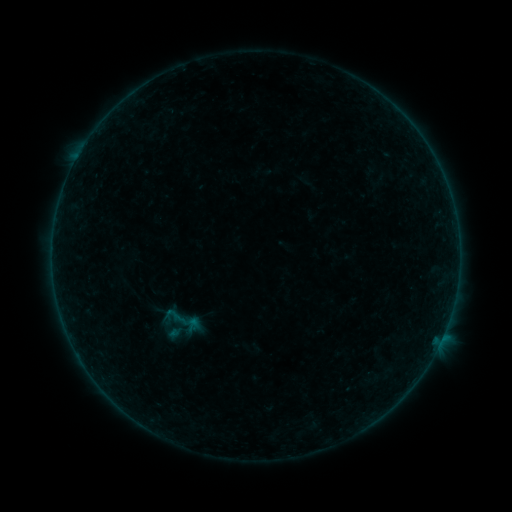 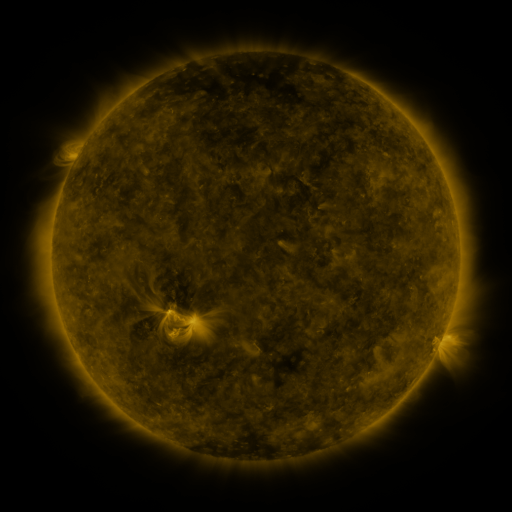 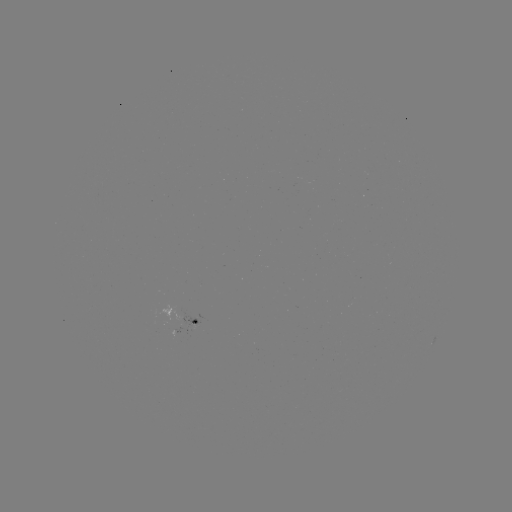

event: sigmoid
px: (180, 319)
